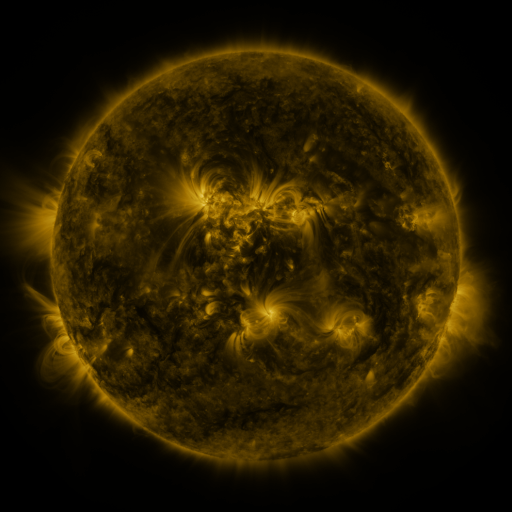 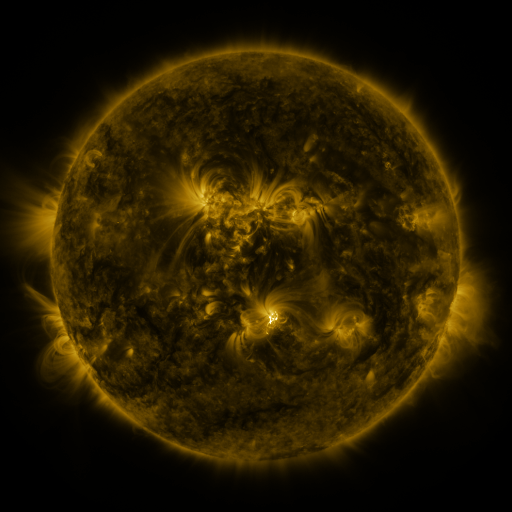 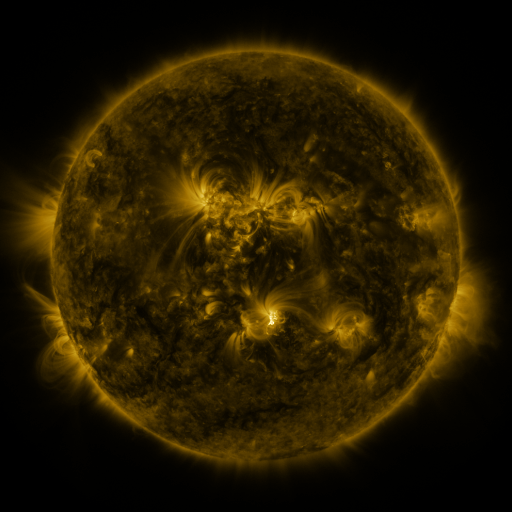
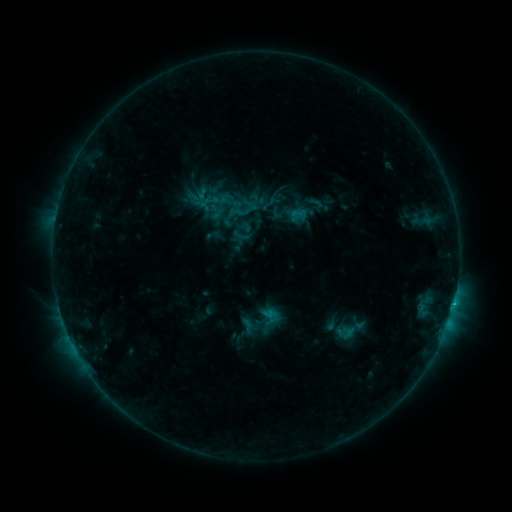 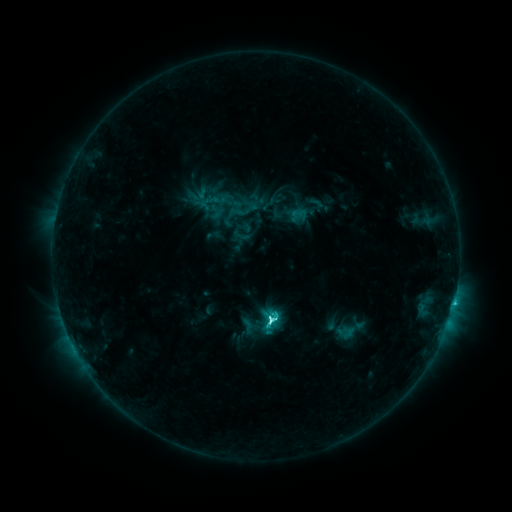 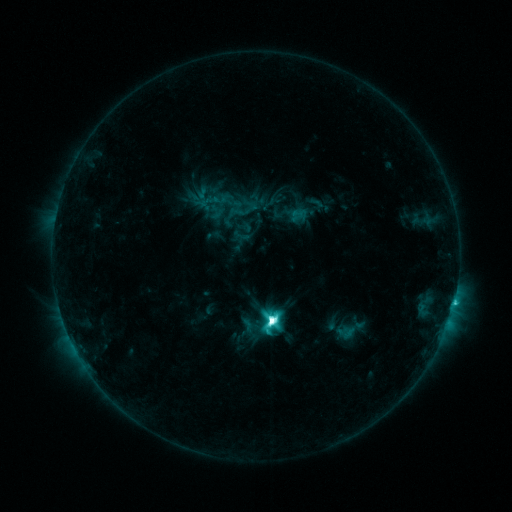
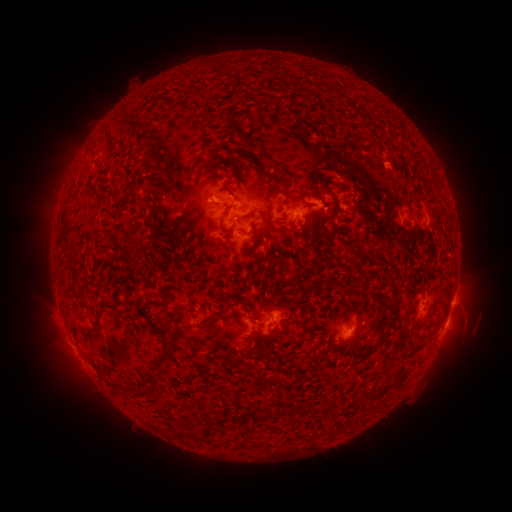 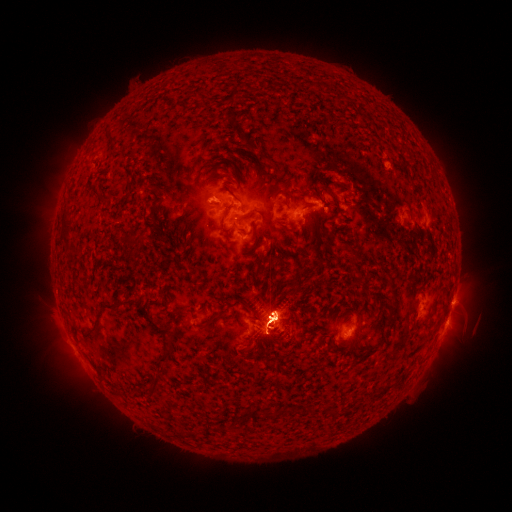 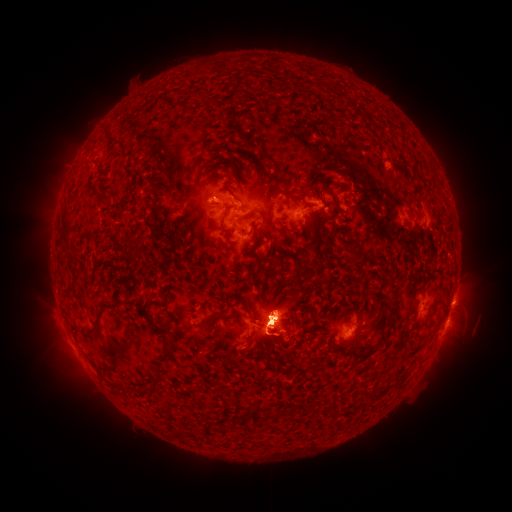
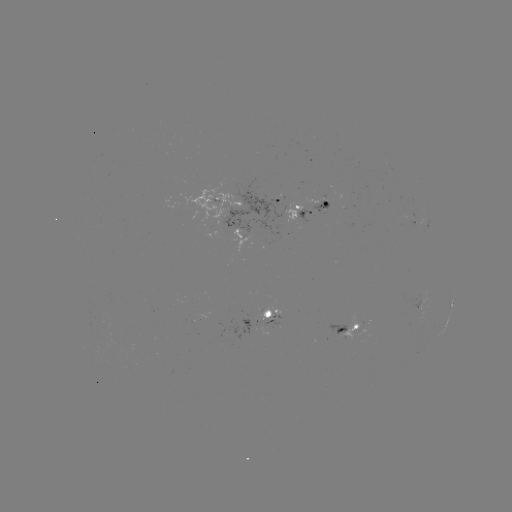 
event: eruption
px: (73, 154)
